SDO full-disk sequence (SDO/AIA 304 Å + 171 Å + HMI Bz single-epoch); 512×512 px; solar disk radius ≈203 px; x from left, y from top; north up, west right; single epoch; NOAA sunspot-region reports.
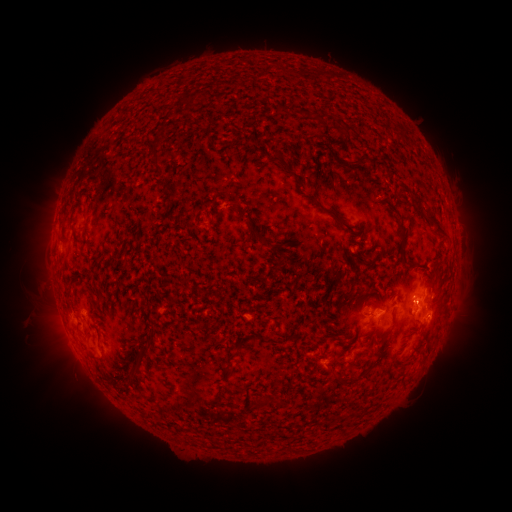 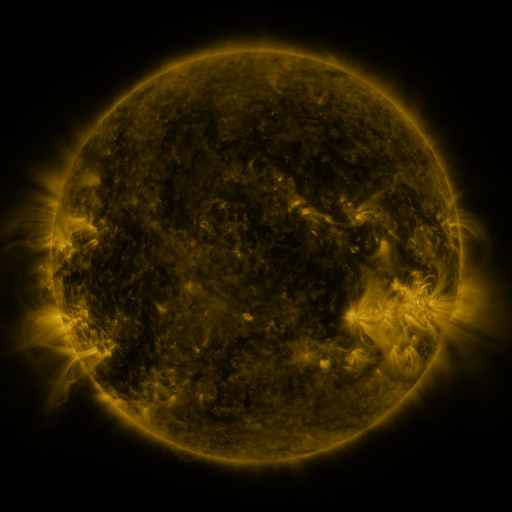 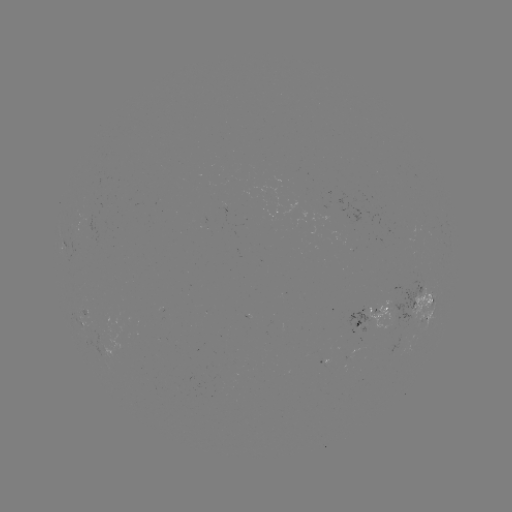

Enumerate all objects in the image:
spotted active region: (422, 309)
spotted active region: (371, 319)
spotted active region: (329, 363)
